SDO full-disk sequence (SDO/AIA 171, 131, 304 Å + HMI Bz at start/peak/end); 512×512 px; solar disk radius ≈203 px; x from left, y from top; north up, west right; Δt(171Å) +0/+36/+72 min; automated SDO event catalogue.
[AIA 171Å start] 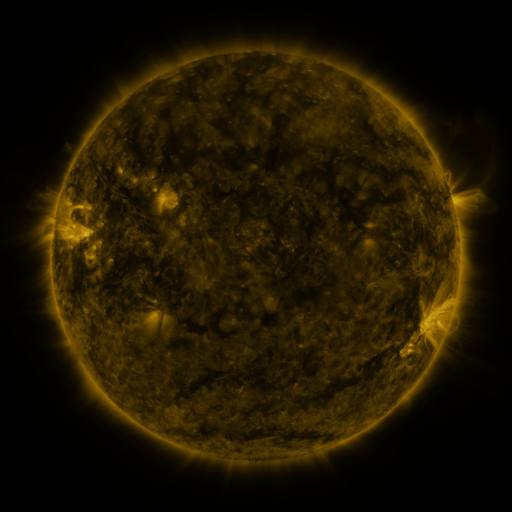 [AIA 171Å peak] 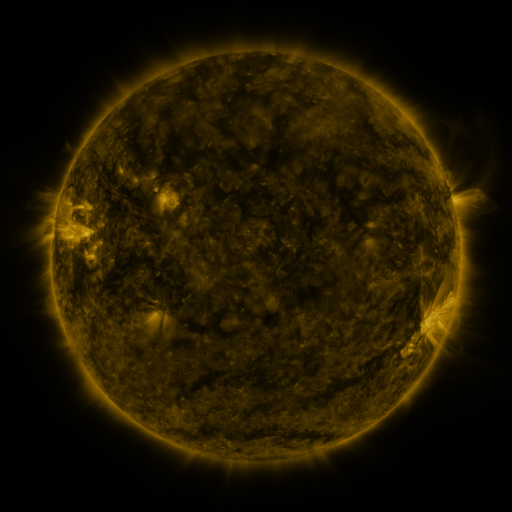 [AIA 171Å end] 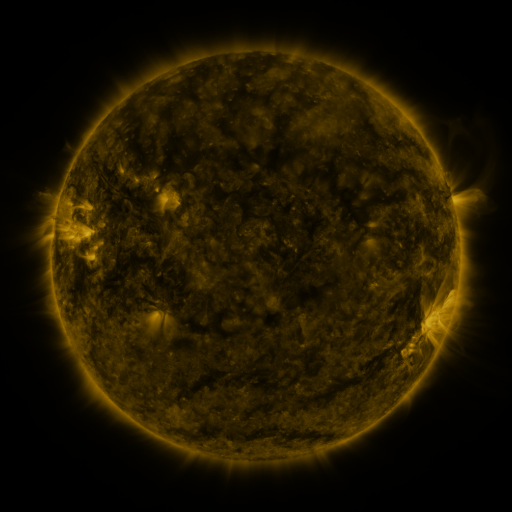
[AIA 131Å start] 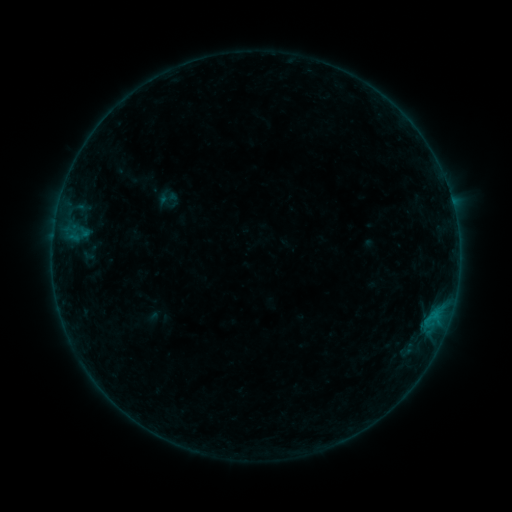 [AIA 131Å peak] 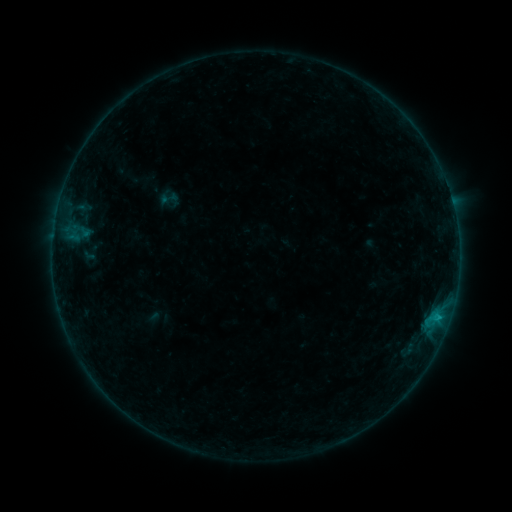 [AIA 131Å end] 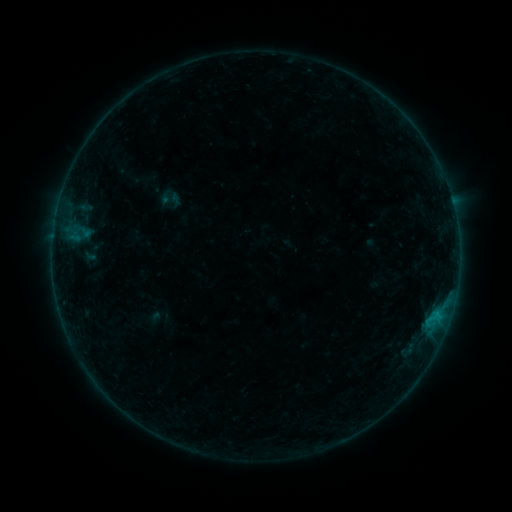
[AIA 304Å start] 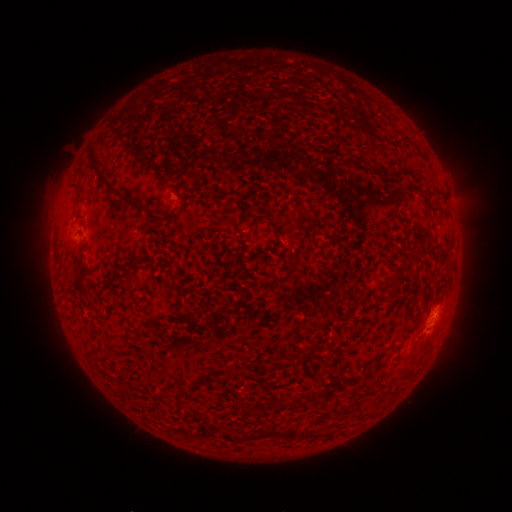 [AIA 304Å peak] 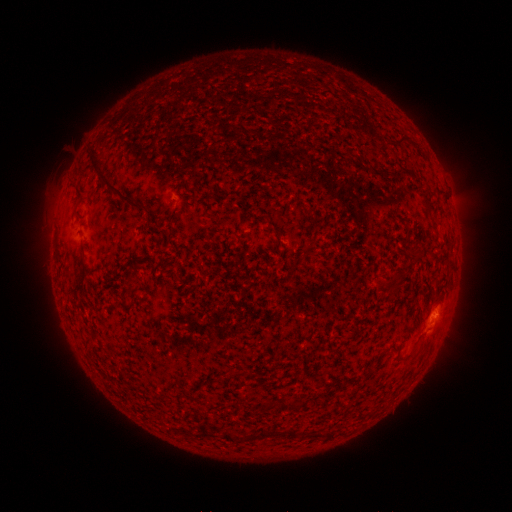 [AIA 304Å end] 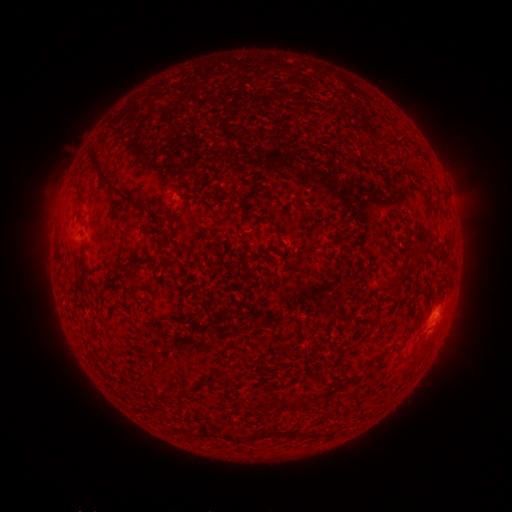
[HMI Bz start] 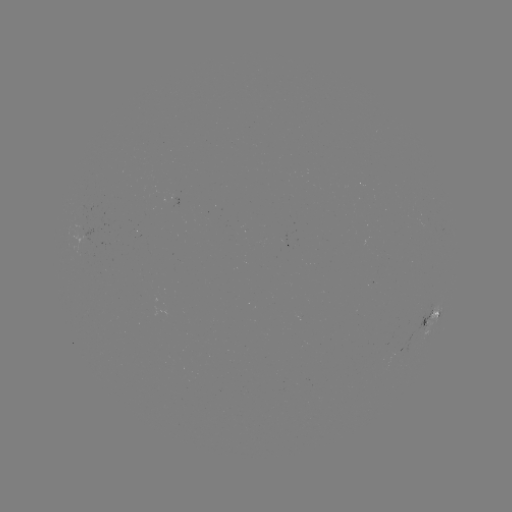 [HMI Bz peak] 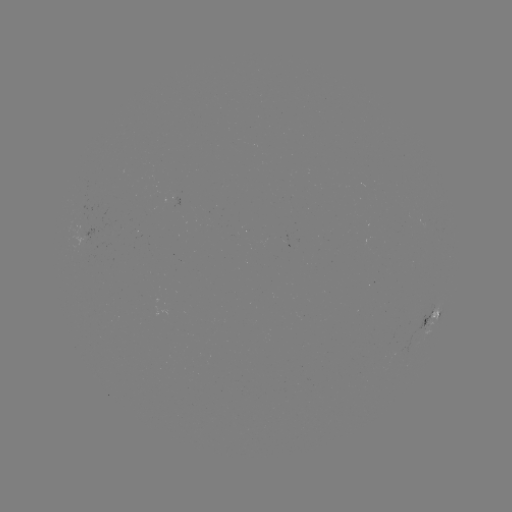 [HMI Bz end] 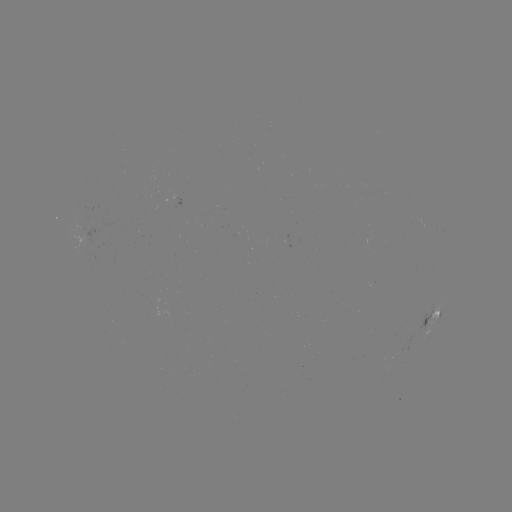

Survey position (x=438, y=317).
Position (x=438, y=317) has B4.2 flare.